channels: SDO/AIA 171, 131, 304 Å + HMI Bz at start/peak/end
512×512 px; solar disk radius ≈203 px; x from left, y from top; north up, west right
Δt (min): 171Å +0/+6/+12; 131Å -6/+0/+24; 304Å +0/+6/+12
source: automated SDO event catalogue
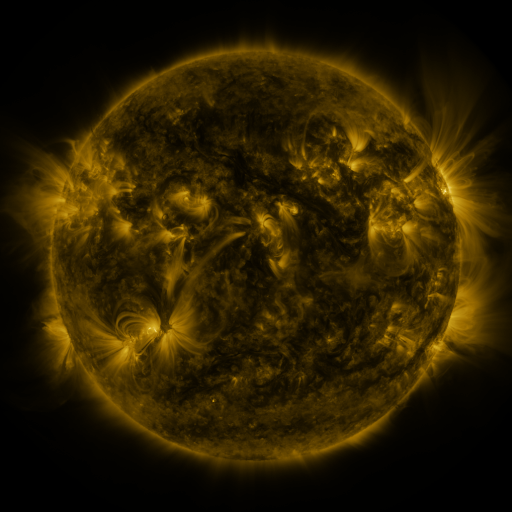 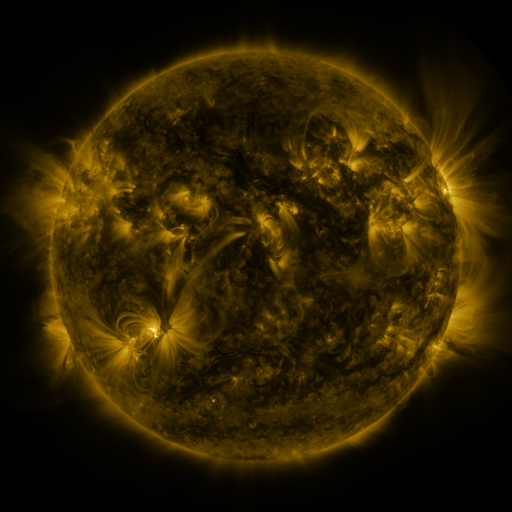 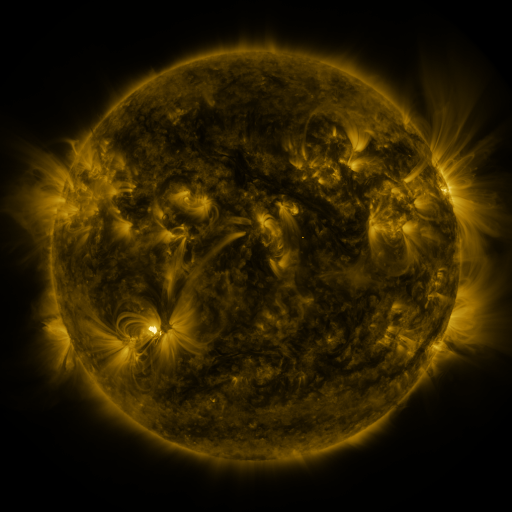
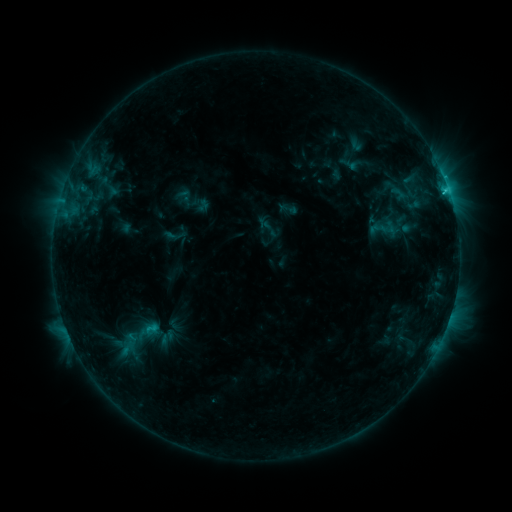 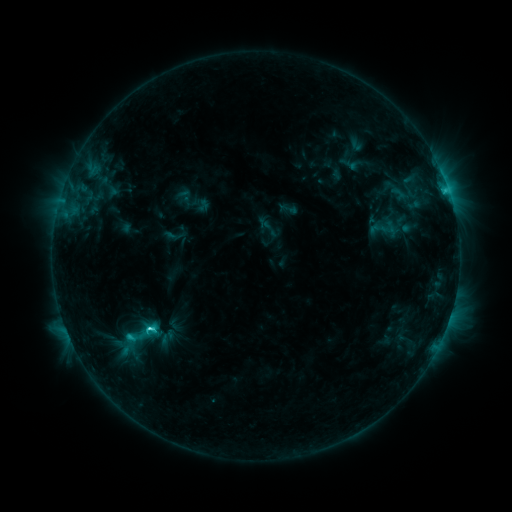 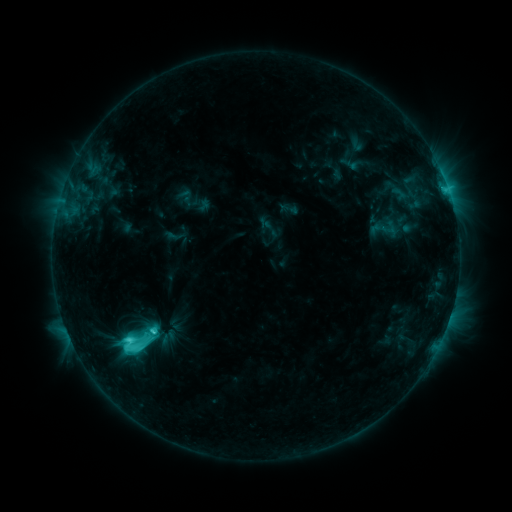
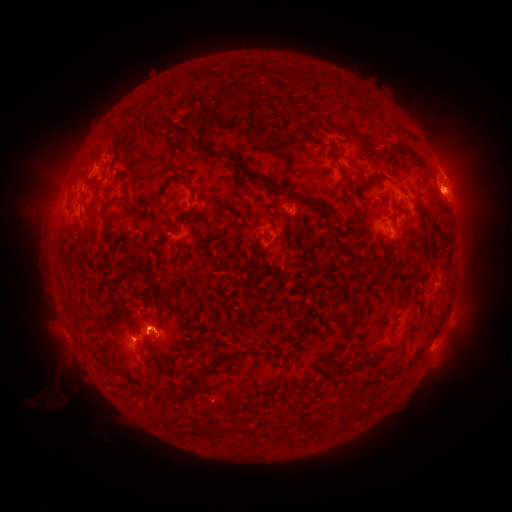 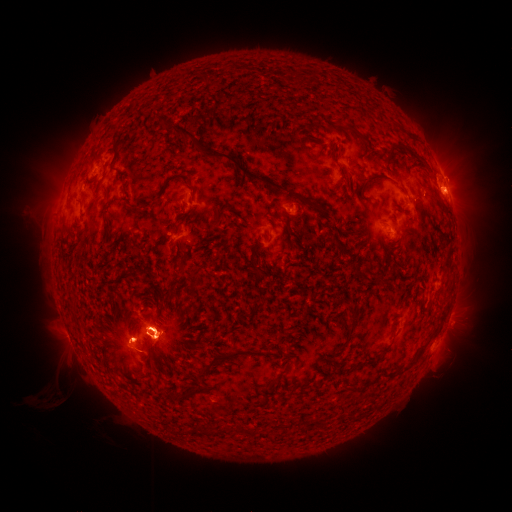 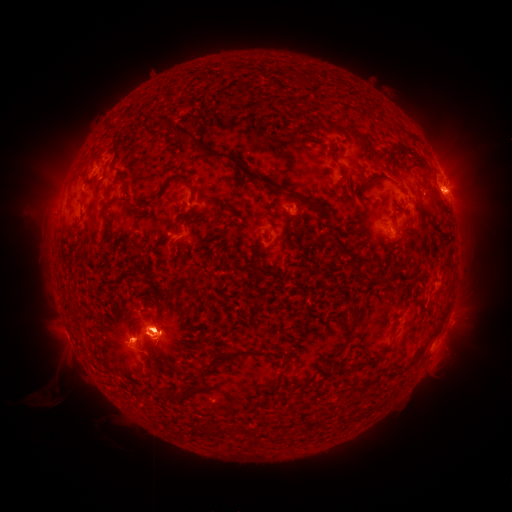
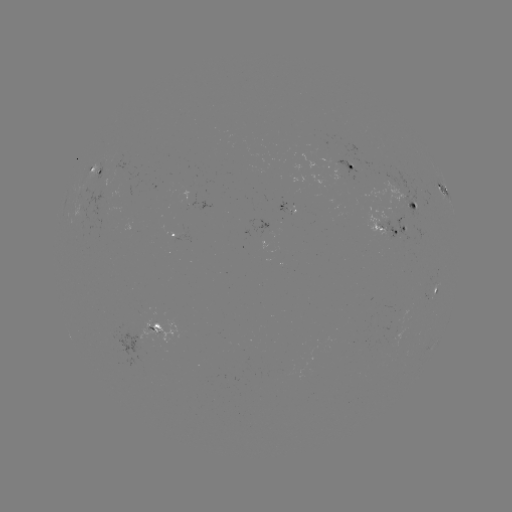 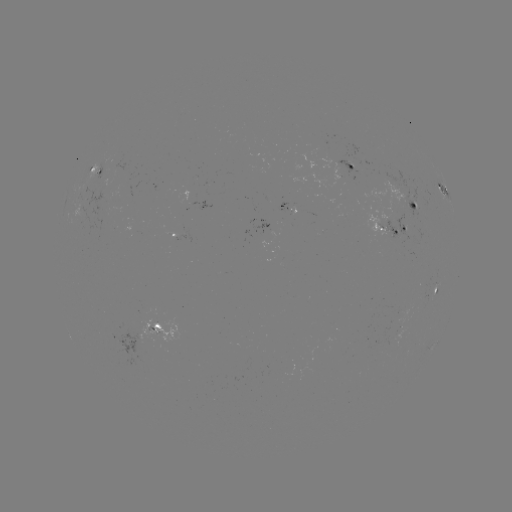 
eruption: <bbox>402, 129, 497, 245</bbox>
